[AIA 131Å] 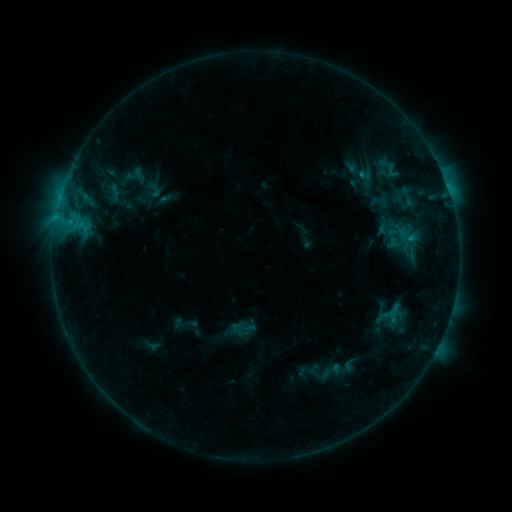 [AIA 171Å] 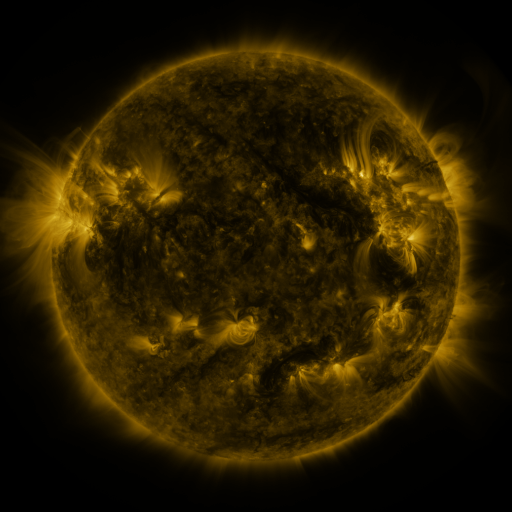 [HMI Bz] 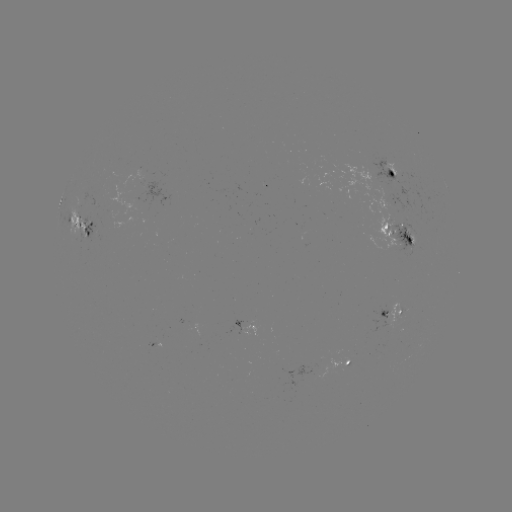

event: sigmoid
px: (402, 237)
